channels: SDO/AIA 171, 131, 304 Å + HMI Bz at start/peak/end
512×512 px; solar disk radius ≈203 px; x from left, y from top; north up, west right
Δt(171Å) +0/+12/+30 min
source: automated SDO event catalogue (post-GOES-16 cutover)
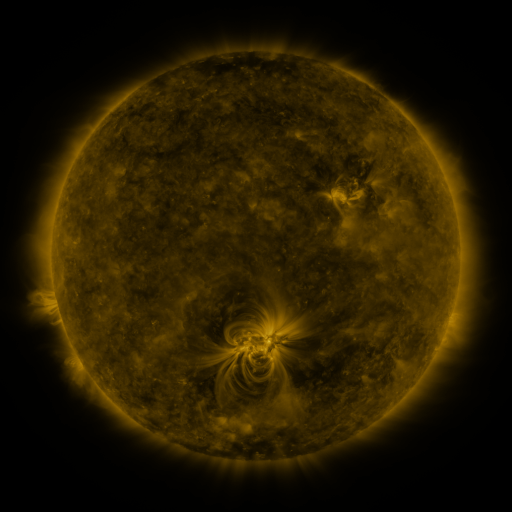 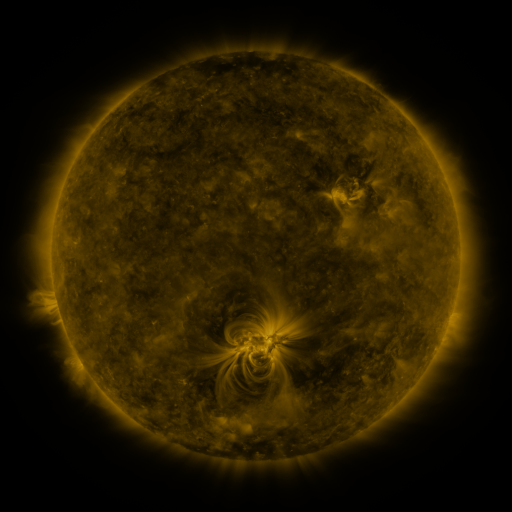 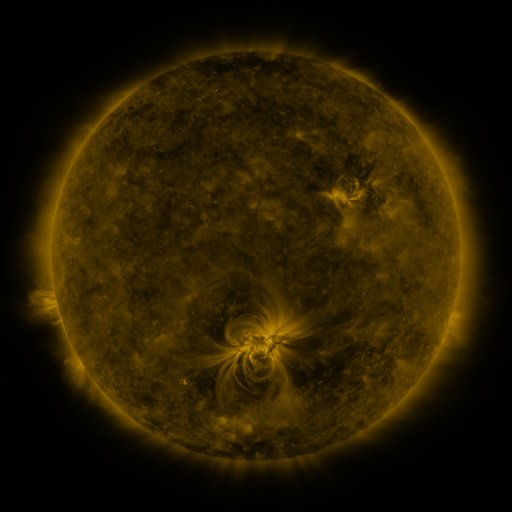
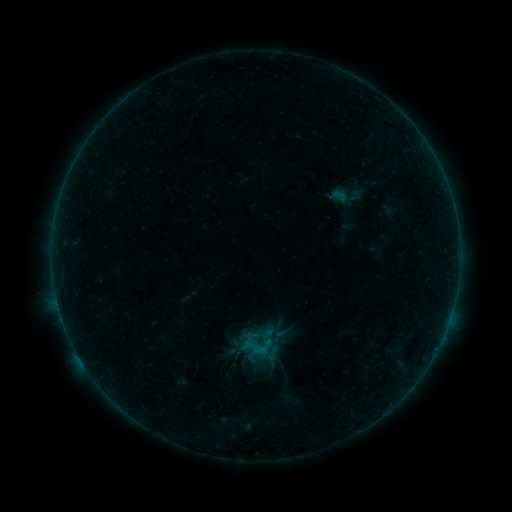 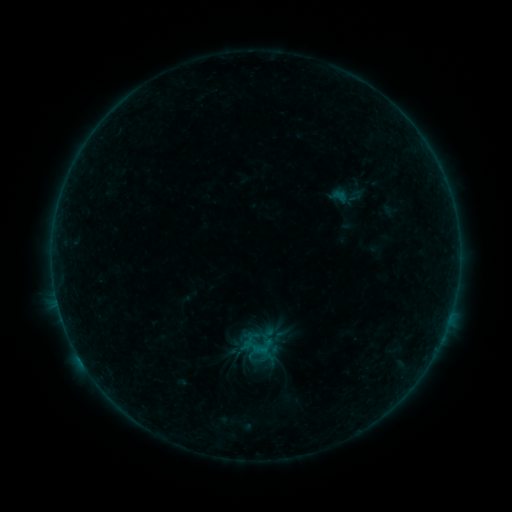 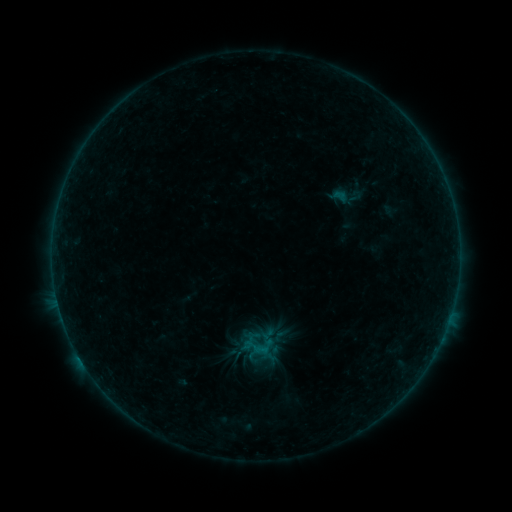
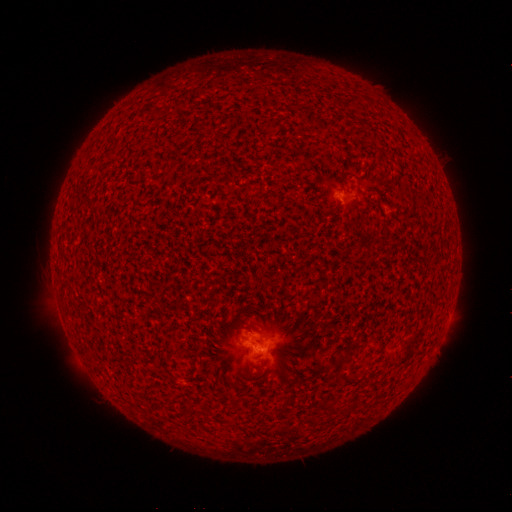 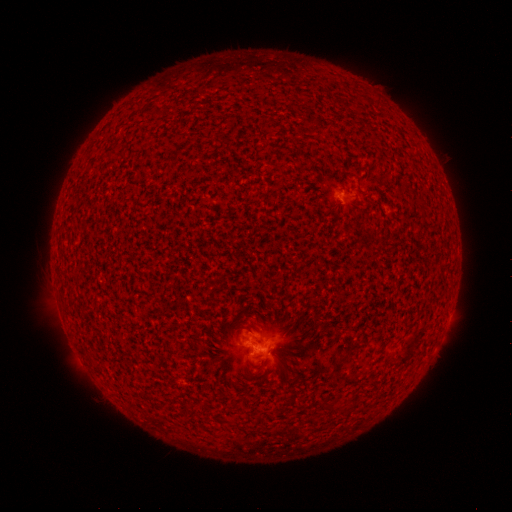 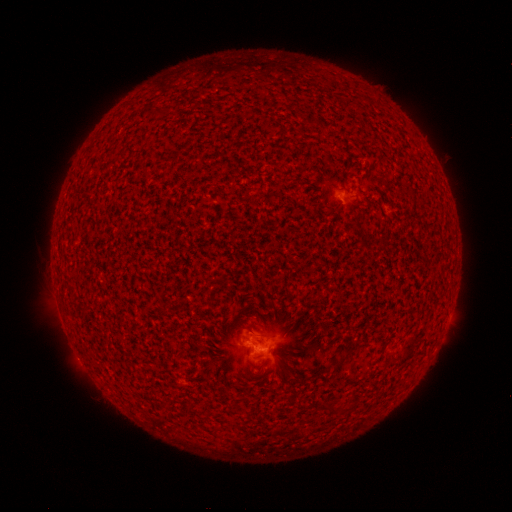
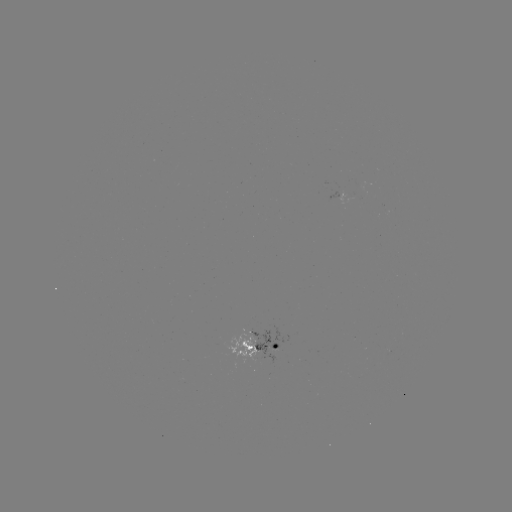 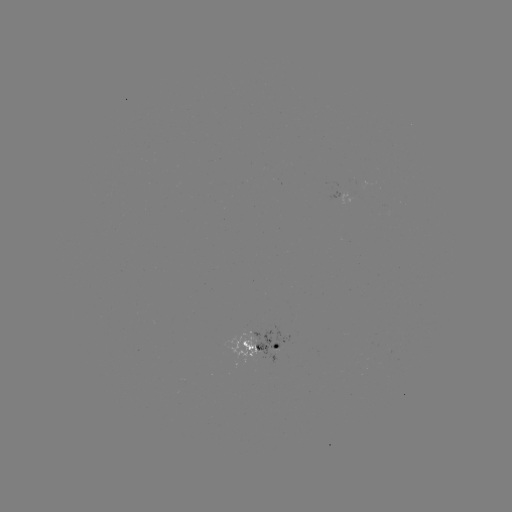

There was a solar flare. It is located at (80, 357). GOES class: B3.1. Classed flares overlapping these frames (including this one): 1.